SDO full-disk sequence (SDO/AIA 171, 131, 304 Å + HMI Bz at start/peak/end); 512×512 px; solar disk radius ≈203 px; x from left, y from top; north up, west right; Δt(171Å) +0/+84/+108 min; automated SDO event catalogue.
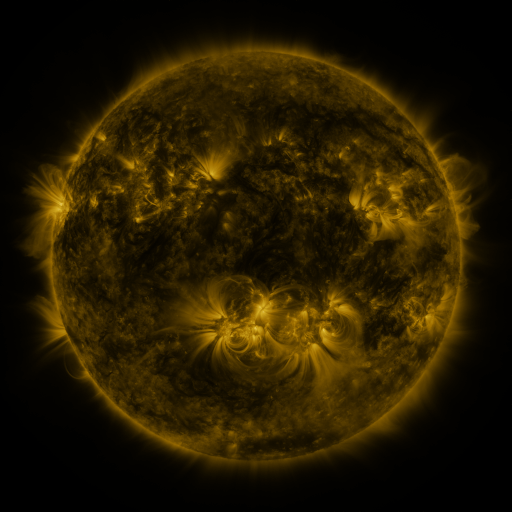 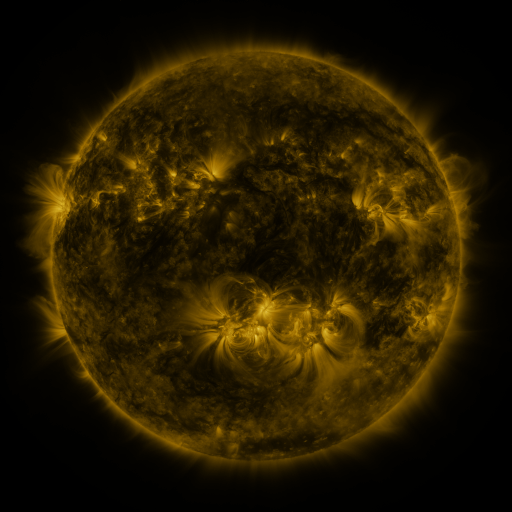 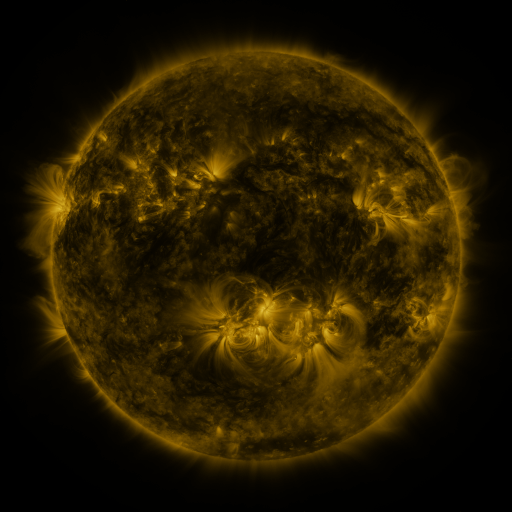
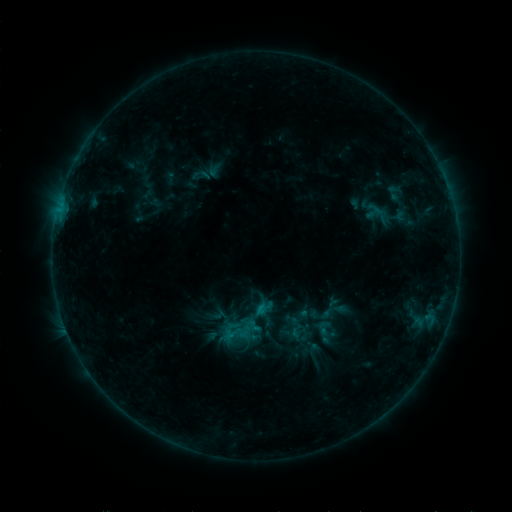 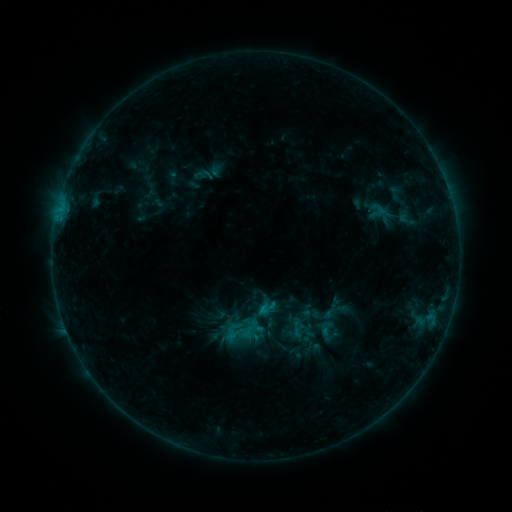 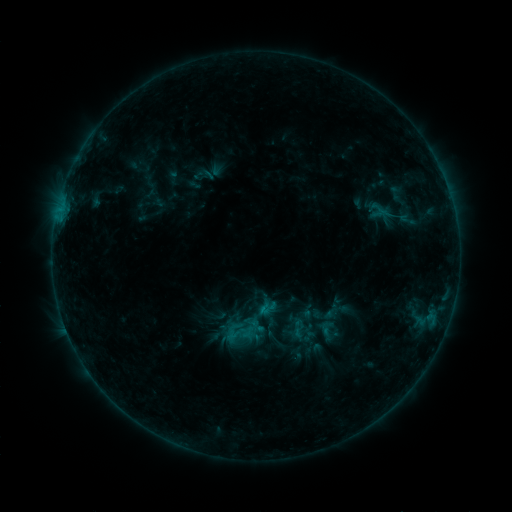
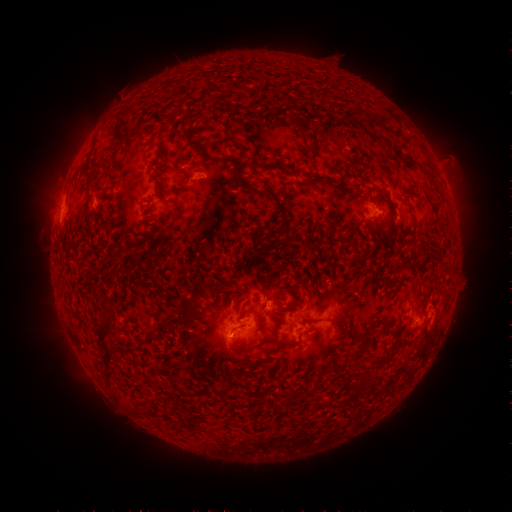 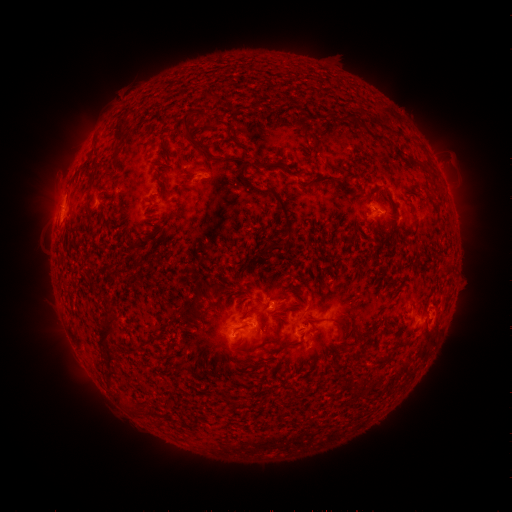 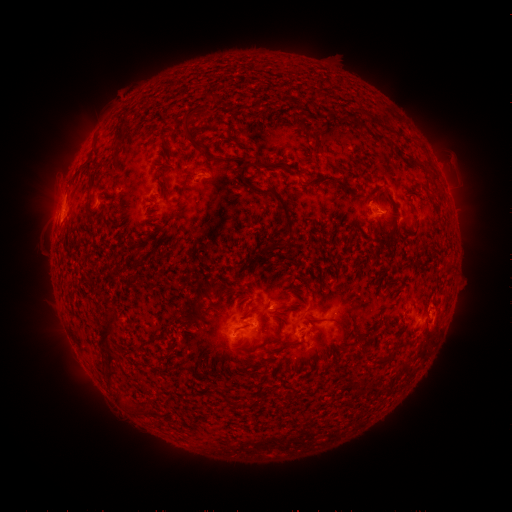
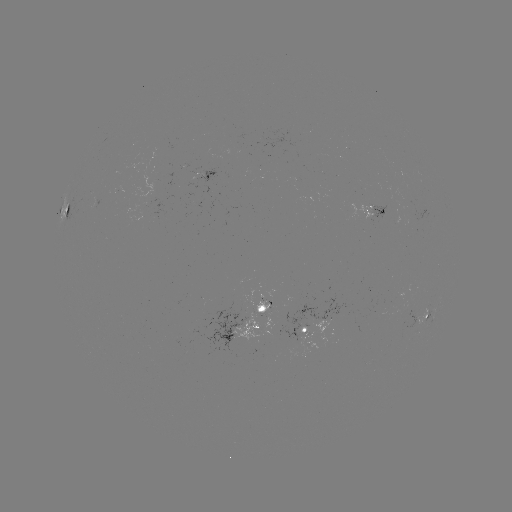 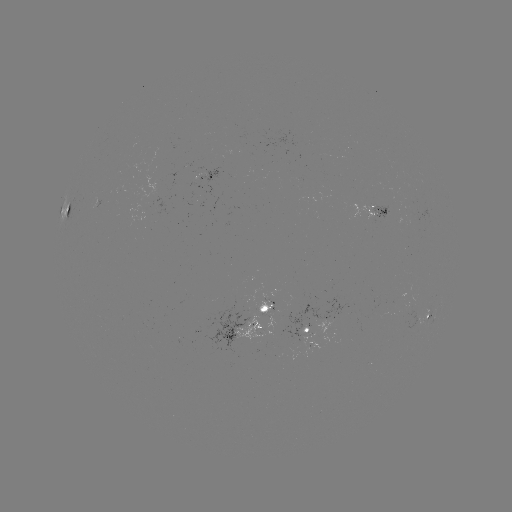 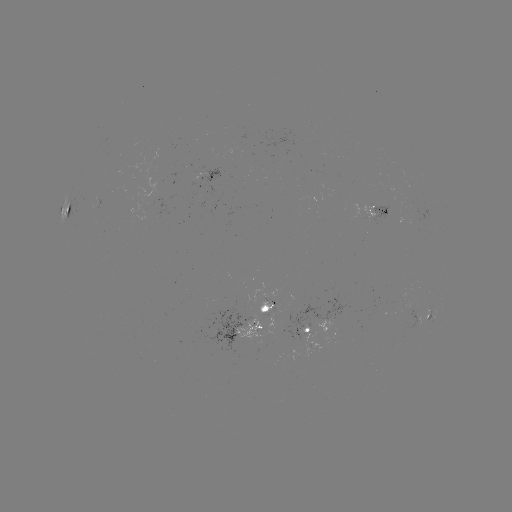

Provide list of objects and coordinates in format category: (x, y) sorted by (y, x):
emerging-flux region: (265, 304)
